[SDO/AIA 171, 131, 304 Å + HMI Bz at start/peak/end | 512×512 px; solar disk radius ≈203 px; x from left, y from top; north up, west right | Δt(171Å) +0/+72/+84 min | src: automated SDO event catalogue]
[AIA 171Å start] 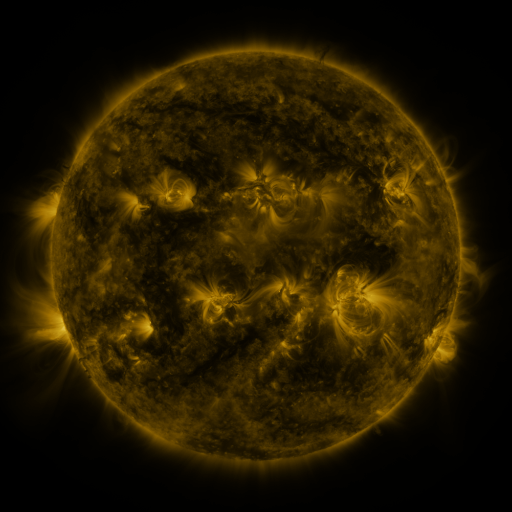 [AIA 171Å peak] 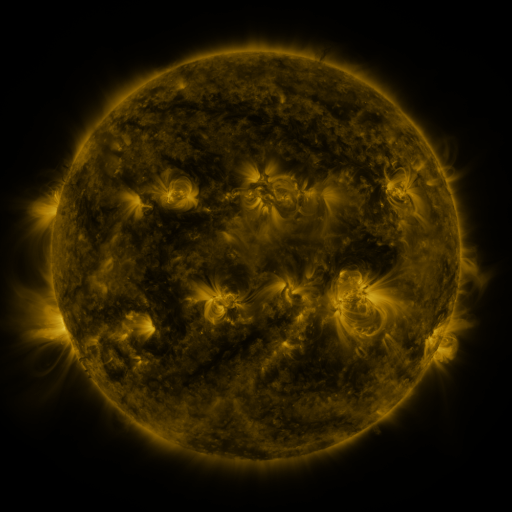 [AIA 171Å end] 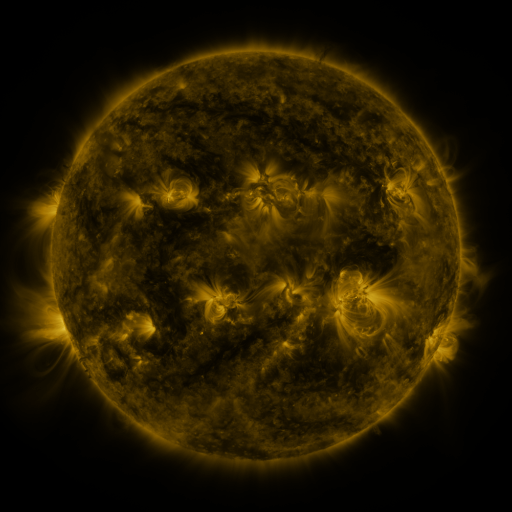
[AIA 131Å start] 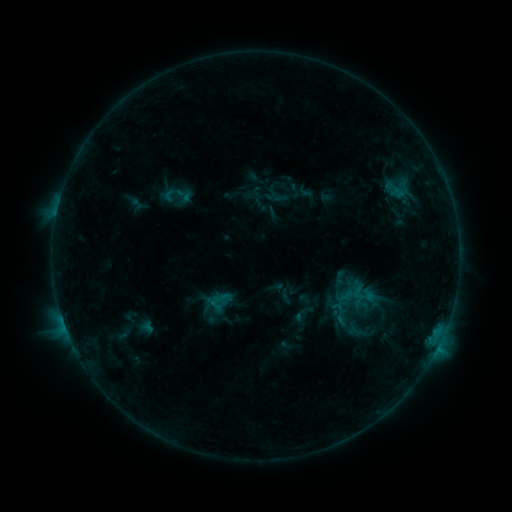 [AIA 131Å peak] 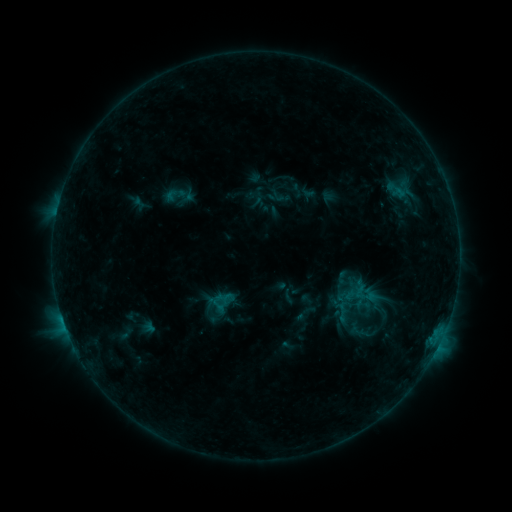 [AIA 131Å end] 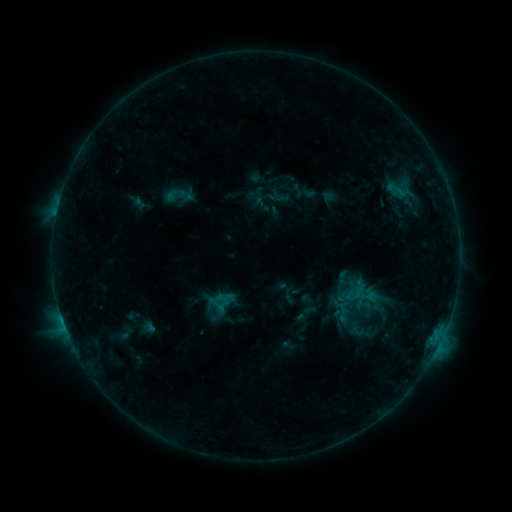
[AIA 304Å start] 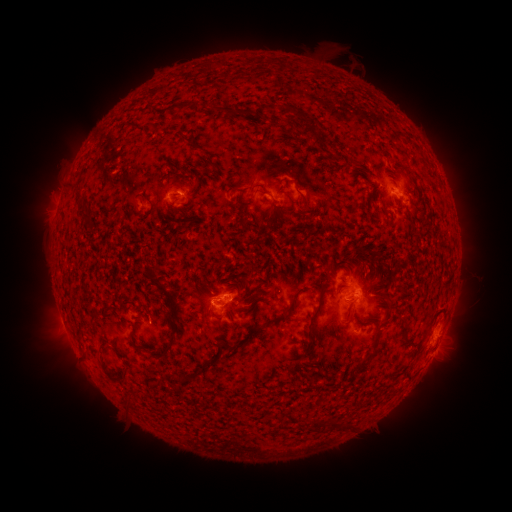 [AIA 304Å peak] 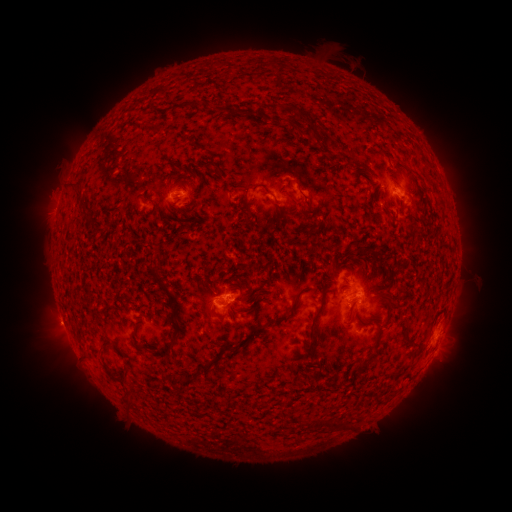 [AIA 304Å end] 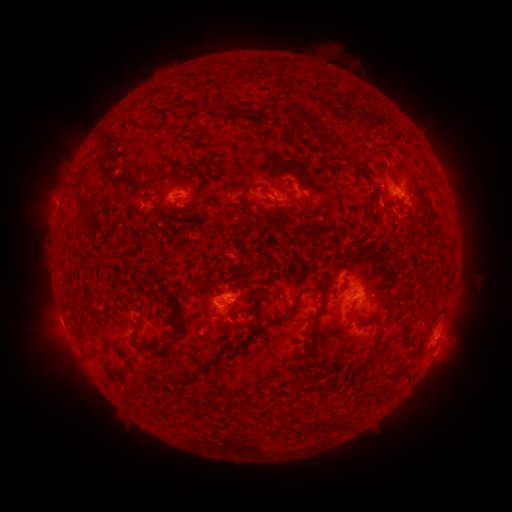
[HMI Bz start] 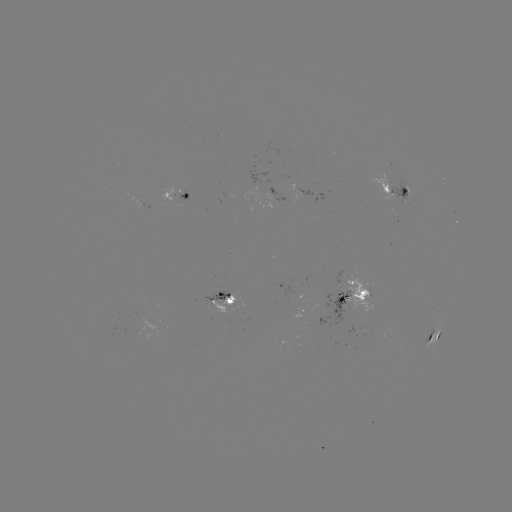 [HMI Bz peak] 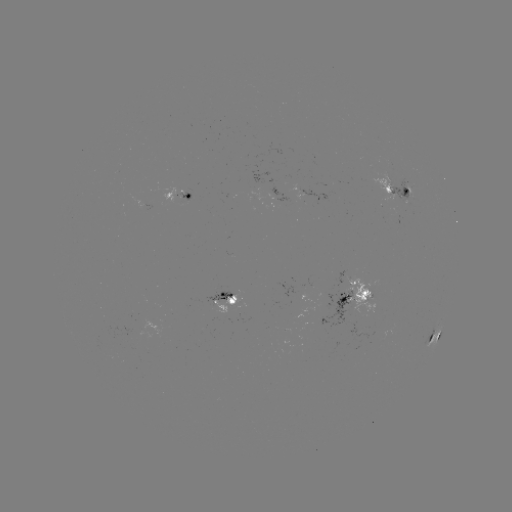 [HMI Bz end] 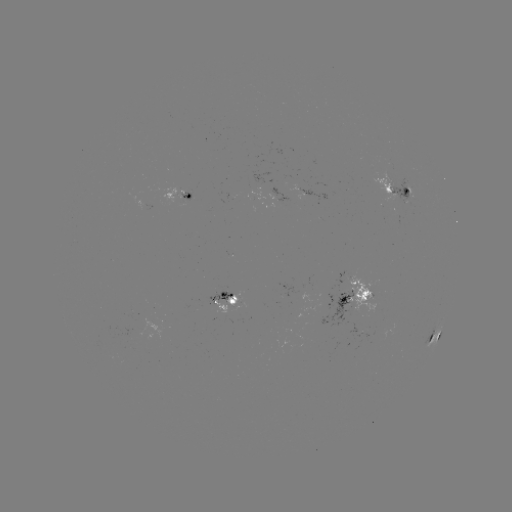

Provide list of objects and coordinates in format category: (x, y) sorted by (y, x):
emerging-flux region: (407, 193)
